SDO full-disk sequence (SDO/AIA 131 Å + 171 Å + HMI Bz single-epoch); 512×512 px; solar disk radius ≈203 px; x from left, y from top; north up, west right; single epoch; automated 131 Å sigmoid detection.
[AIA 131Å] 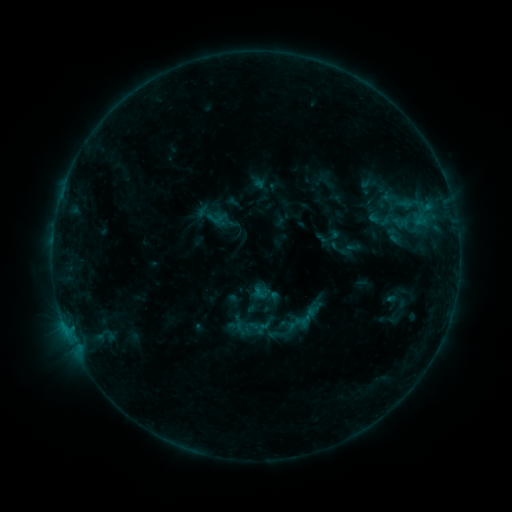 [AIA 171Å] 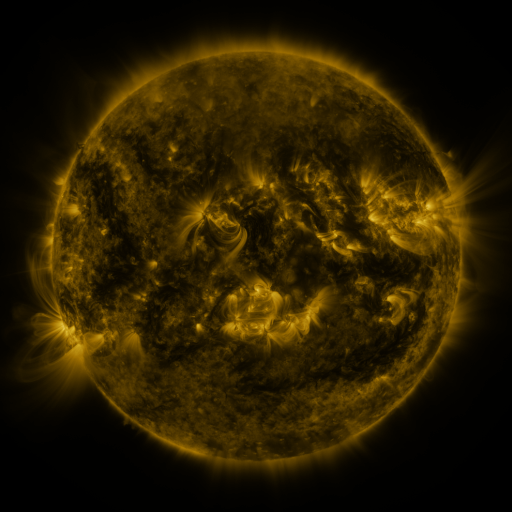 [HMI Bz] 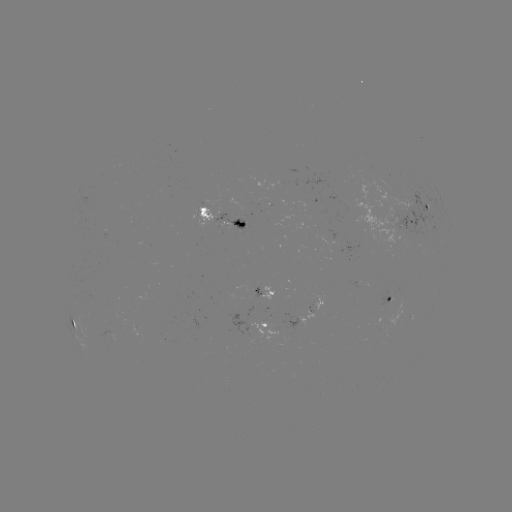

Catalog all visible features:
sigmoid: (393, 236)
